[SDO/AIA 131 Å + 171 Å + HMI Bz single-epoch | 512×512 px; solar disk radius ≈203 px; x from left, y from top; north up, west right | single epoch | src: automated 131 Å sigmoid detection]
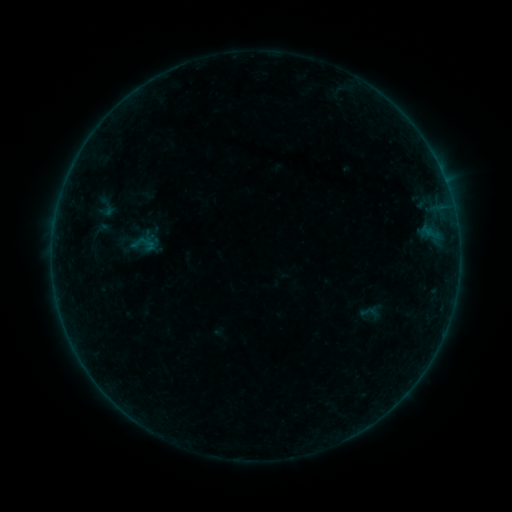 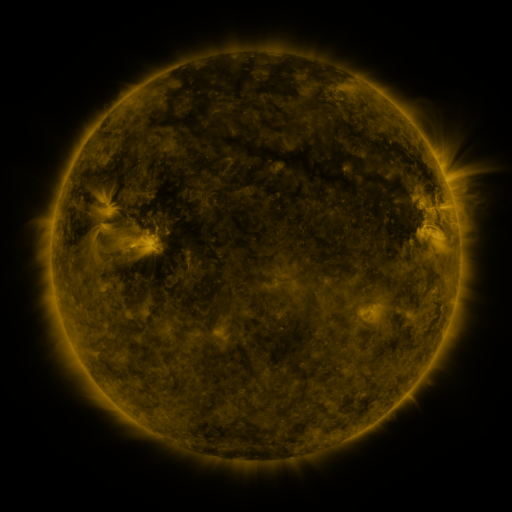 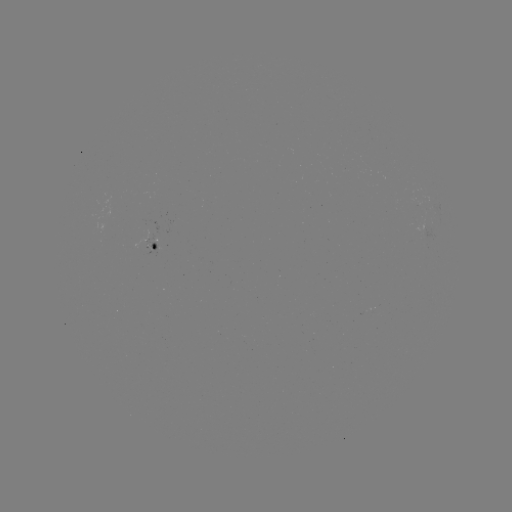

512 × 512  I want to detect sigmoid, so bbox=[92, 218, 110, 241].